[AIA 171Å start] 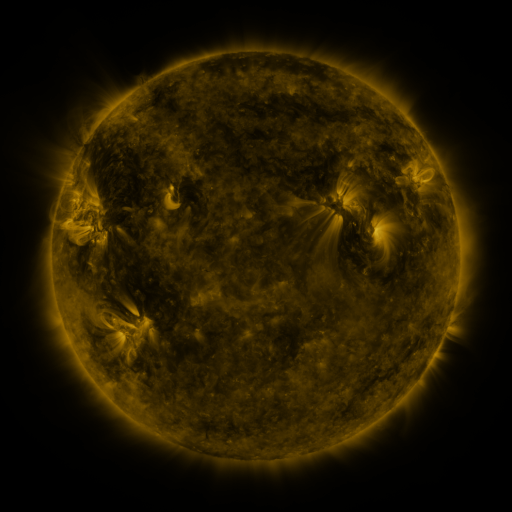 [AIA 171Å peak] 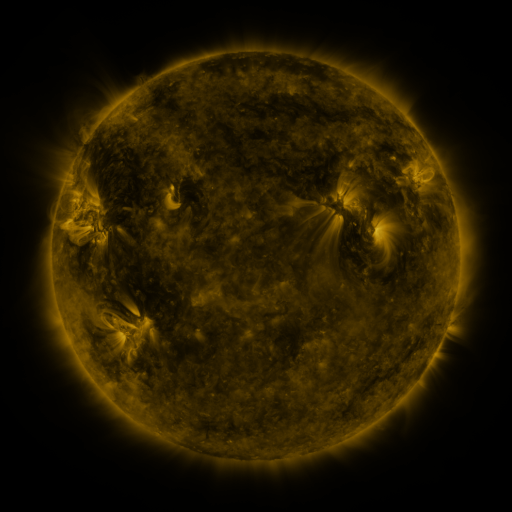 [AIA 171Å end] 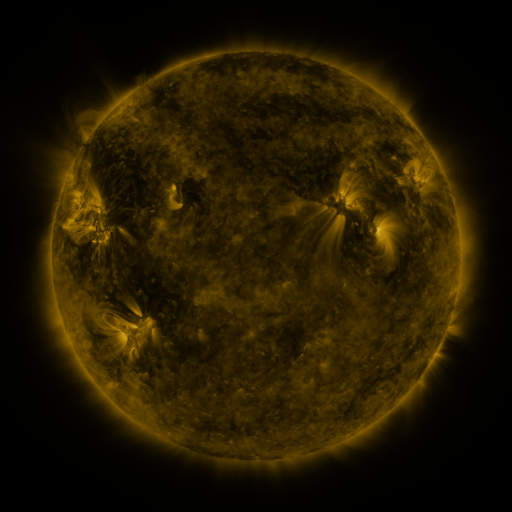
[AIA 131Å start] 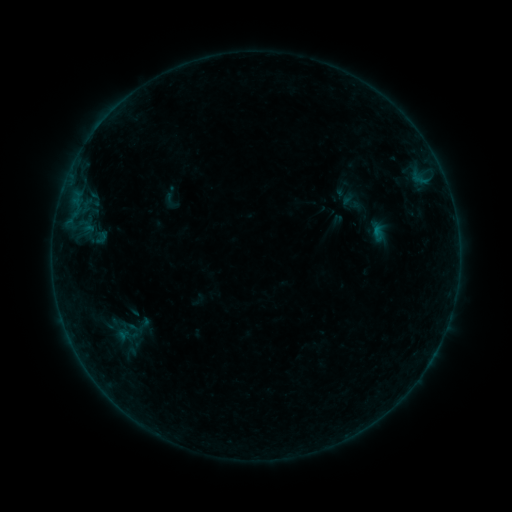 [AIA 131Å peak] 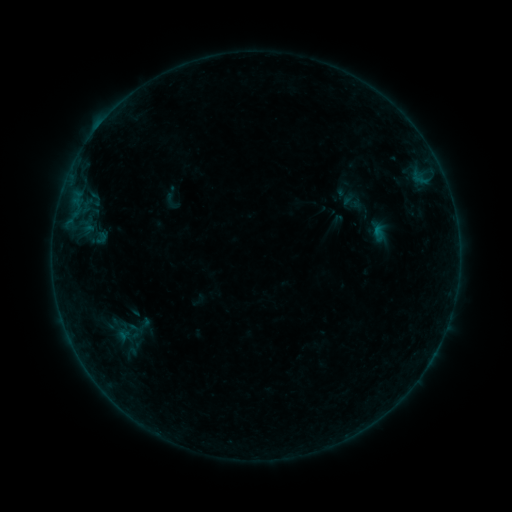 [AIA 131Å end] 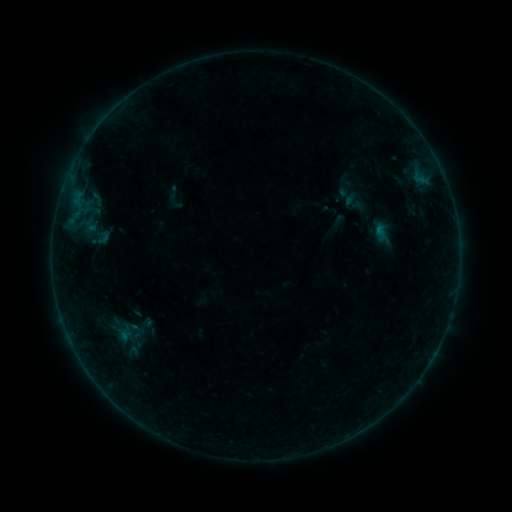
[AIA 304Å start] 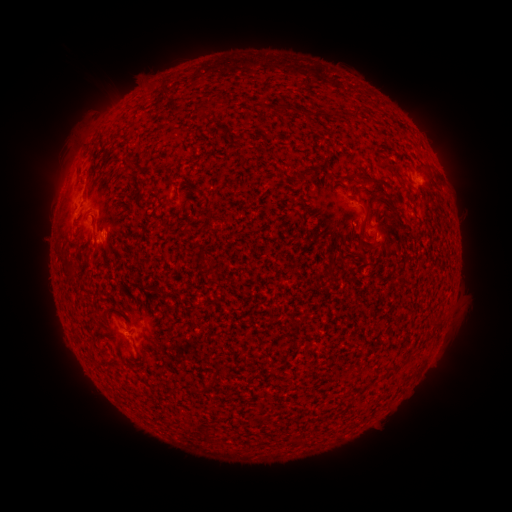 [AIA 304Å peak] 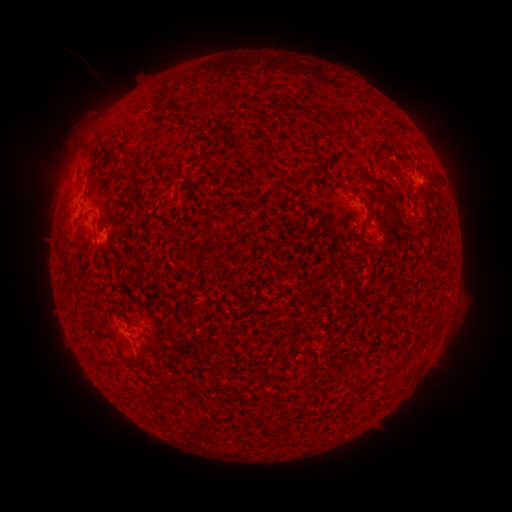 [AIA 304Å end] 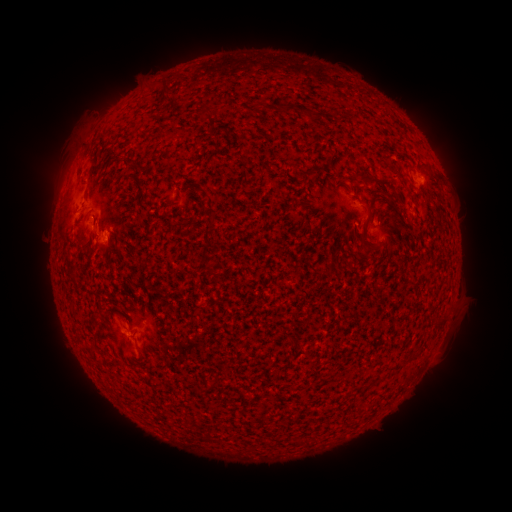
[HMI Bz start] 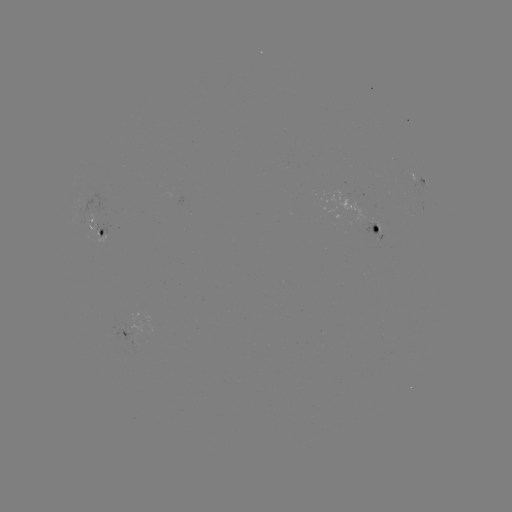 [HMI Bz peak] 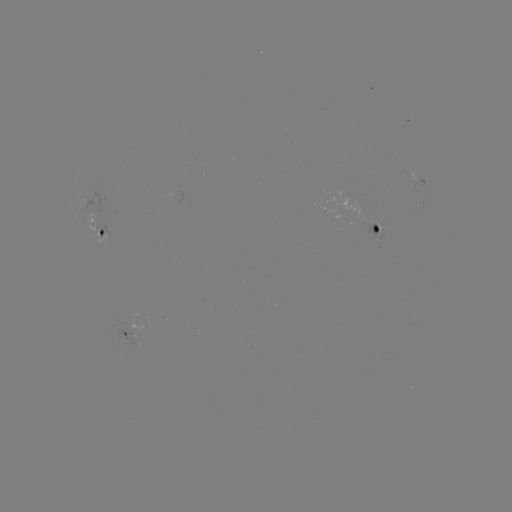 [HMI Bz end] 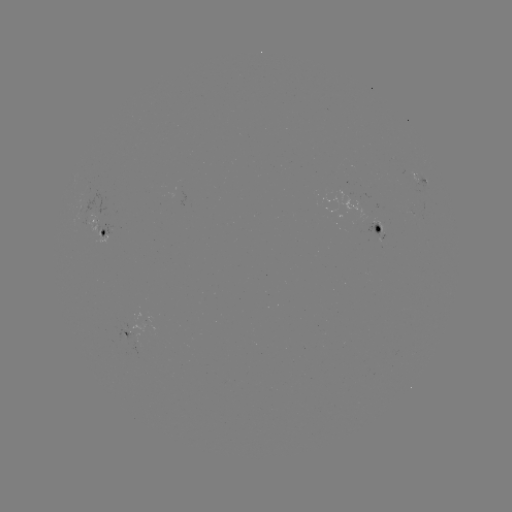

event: flare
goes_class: B2.8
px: (104, 238)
